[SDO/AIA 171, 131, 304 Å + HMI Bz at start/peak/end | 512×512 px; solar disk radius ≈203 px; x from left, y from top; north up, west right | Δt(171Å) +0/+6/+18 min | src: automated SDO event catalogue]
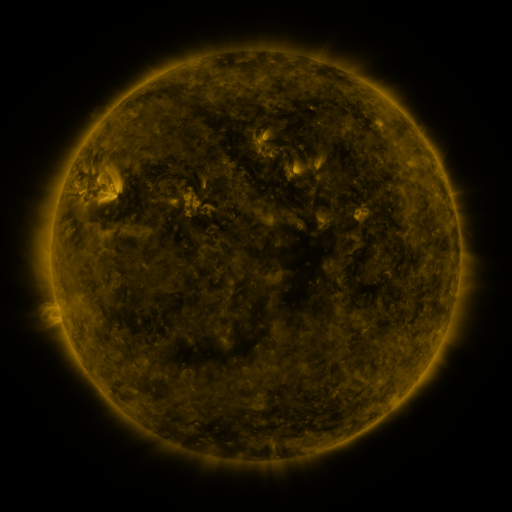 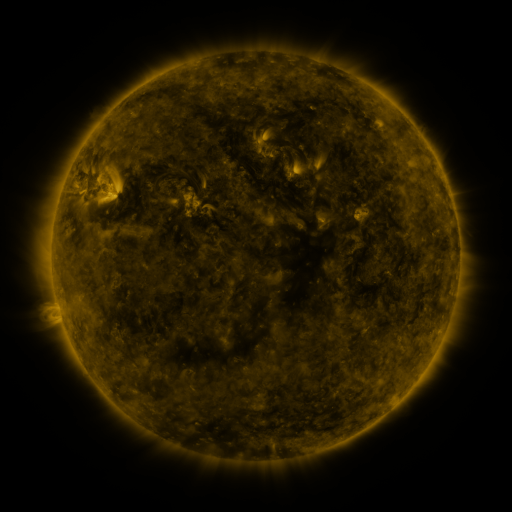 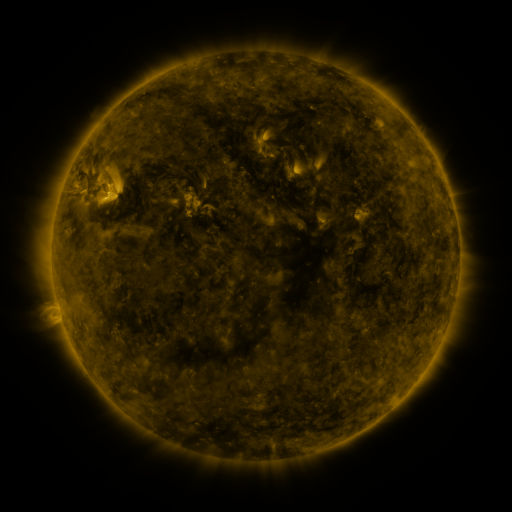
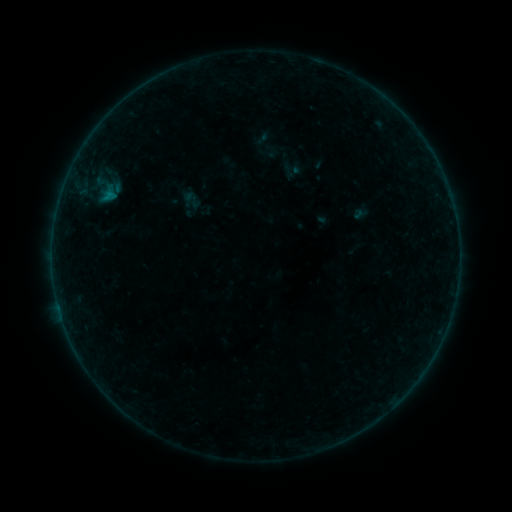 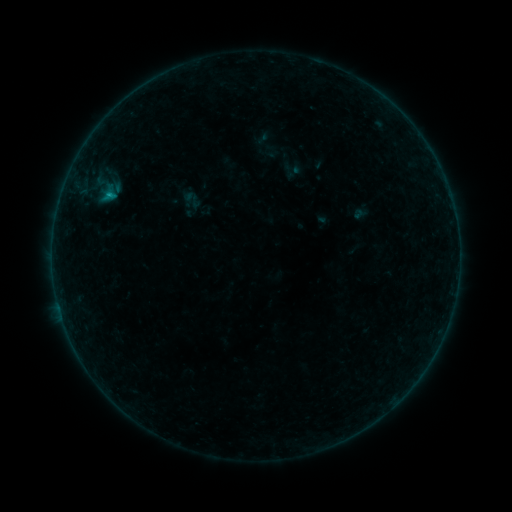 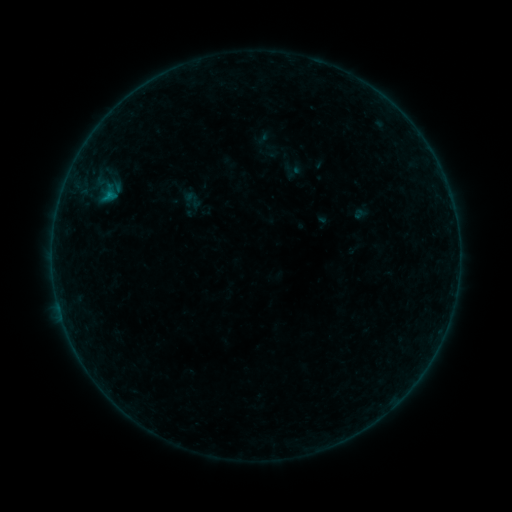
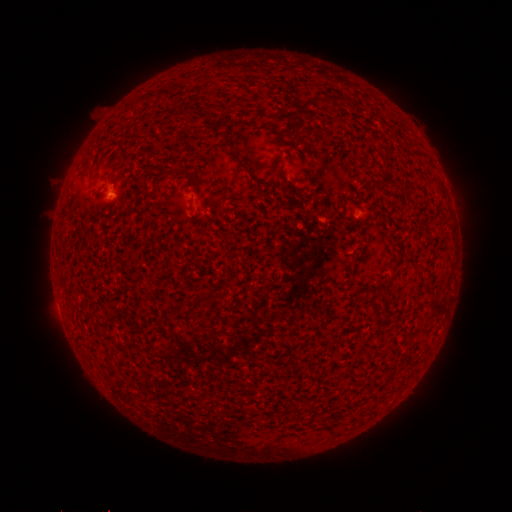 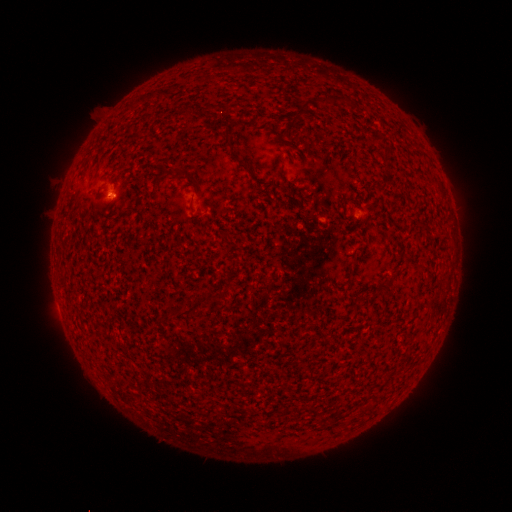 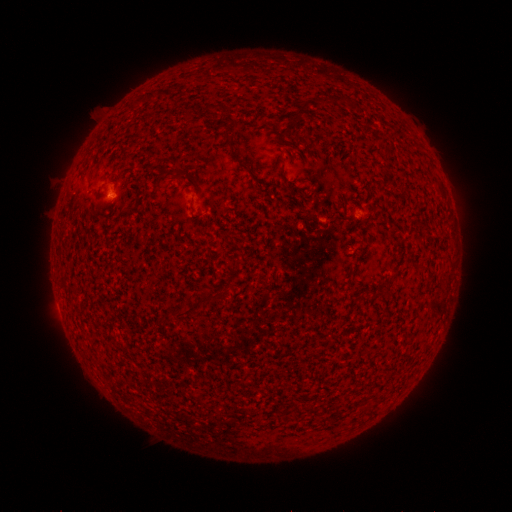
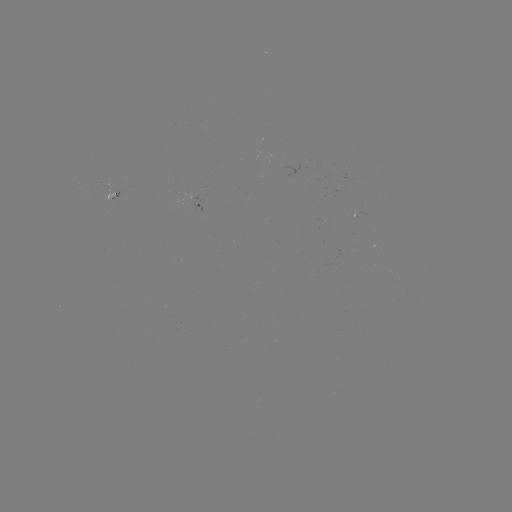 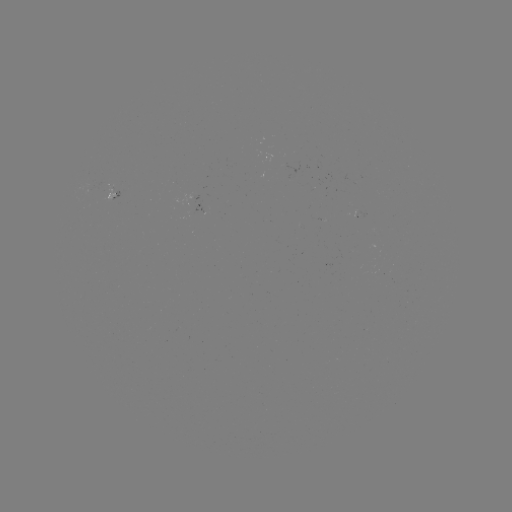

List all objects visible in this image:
B2.3 flare: (110, 197)
